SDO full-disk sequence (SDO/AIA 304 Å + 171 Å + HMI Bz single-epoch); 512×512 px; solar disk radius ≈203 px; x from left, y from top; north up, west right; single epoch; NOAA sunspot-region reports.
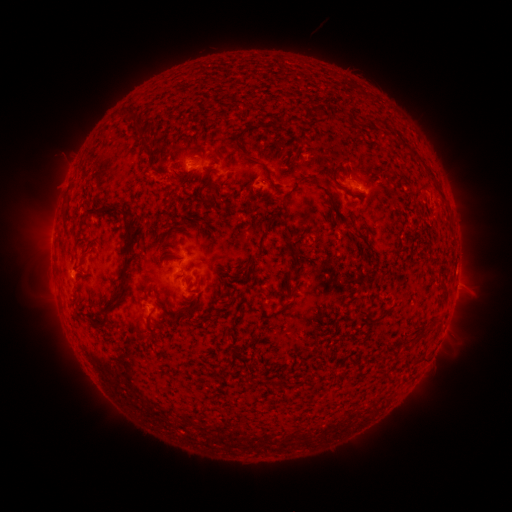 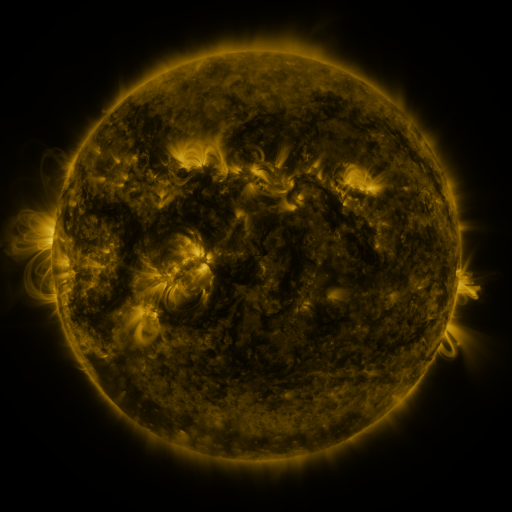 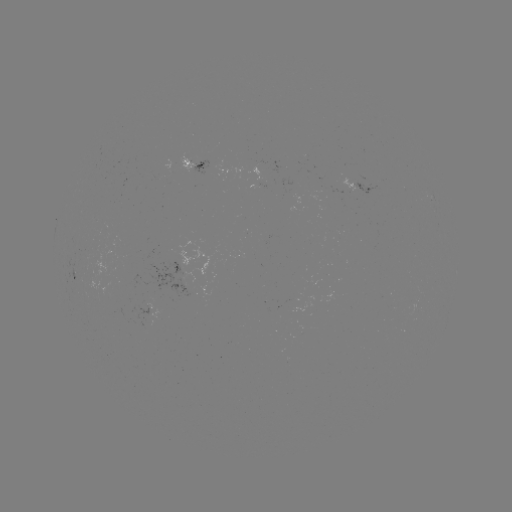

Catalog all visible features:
spotted active region: (196, 164)
spotted active region: (363, 183)
spotted active region: (262, 185)
spotted active region: (196, 256)
